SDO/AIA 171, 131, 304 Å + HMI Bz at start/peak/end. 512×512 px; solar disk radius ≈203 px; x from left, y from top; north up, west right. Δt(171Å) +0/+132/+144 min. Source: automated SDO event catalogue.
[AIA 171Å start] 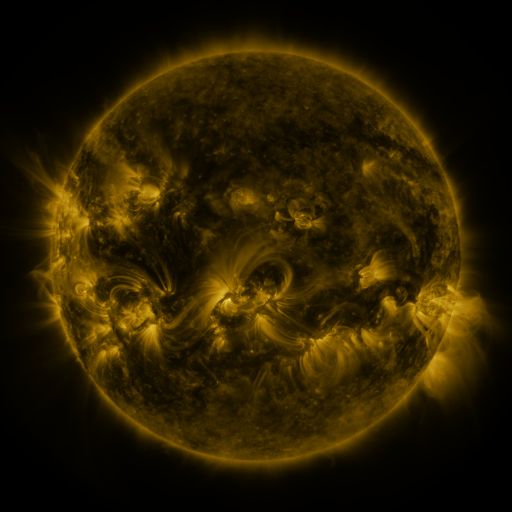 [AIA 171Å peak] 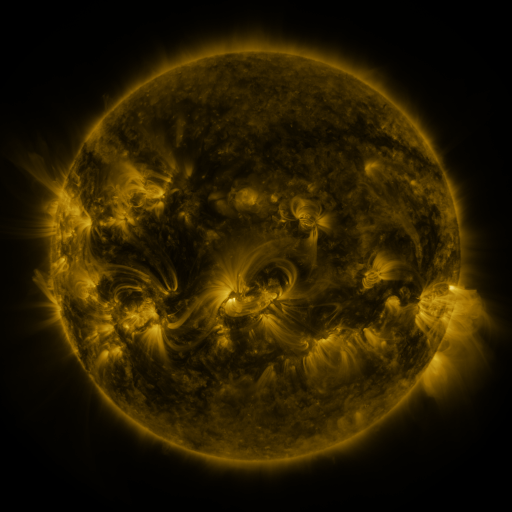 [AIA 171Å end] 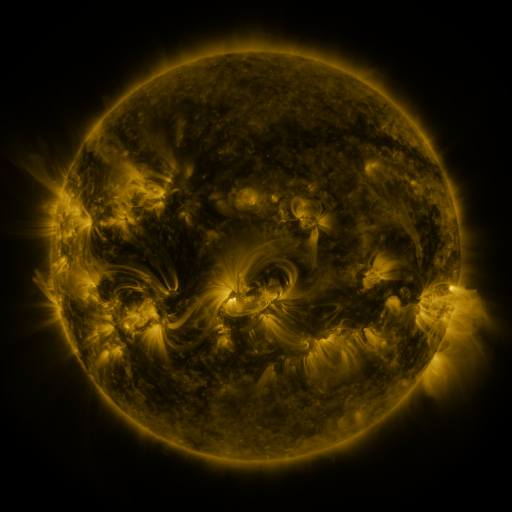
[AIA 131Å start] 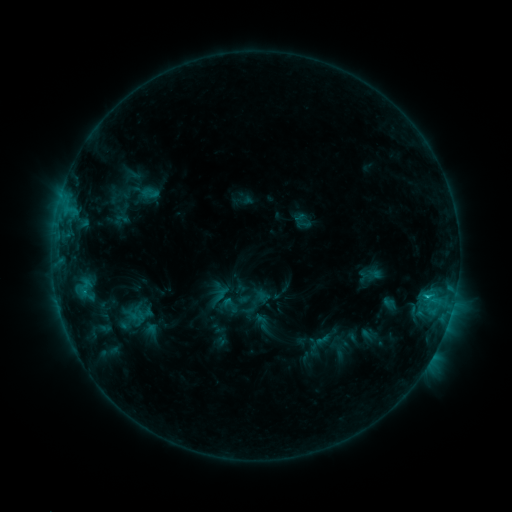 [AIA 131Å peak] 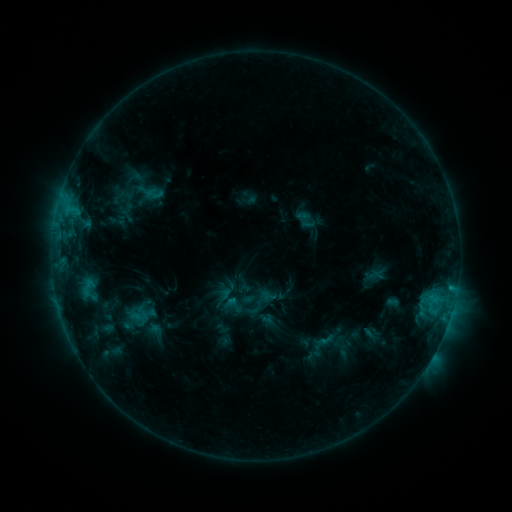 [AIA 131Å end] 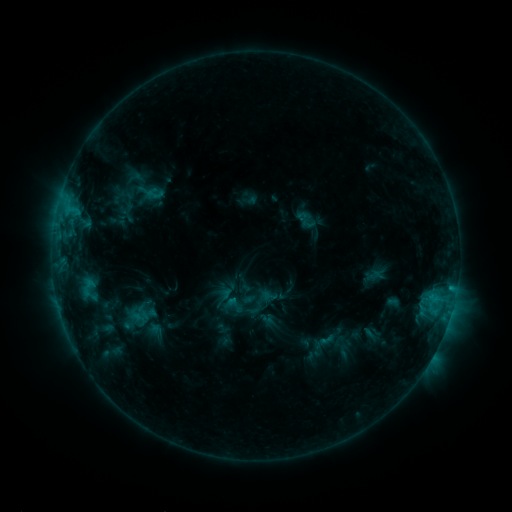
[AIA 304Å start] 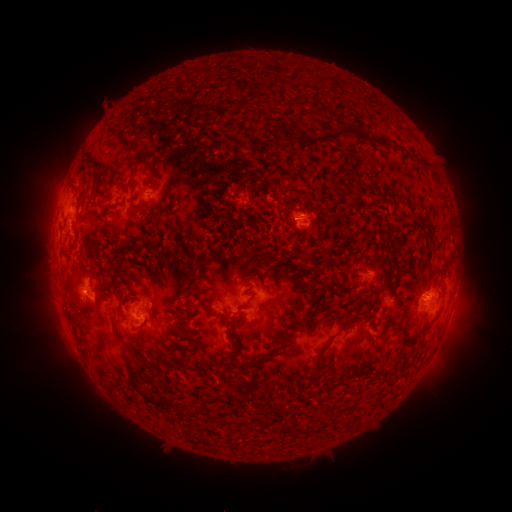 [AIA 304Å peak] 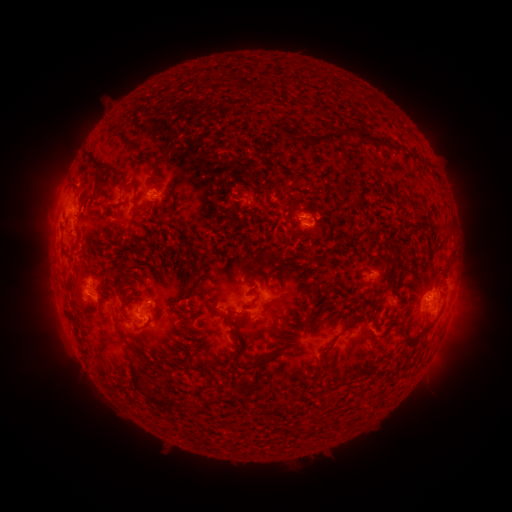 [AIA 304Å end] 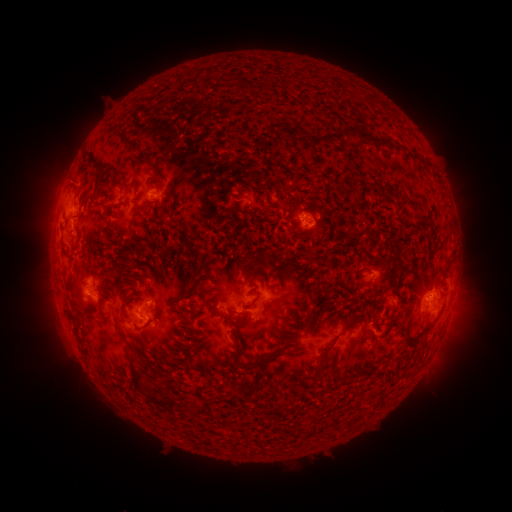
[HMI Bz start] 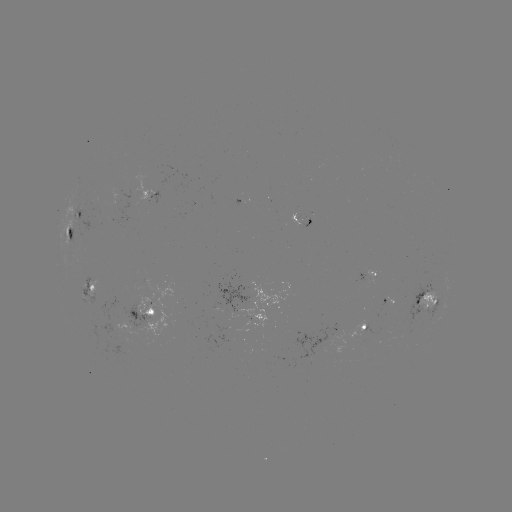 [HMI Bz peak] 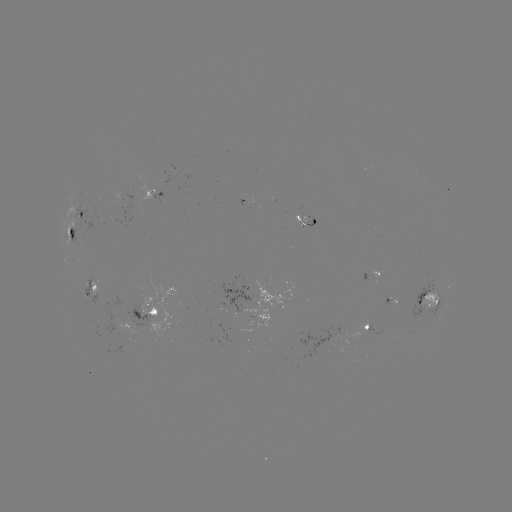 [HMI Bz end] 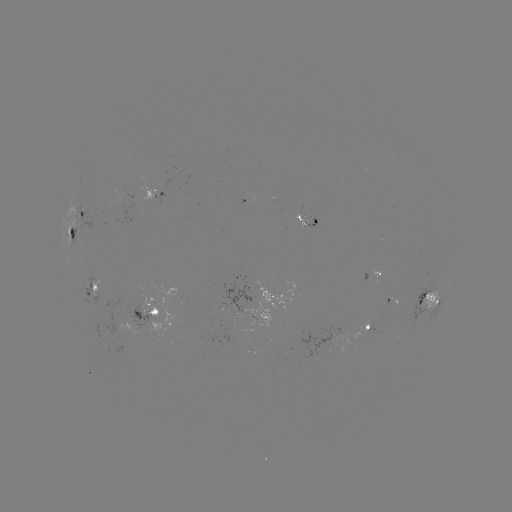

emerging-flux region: [294, 214, 305, 228]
